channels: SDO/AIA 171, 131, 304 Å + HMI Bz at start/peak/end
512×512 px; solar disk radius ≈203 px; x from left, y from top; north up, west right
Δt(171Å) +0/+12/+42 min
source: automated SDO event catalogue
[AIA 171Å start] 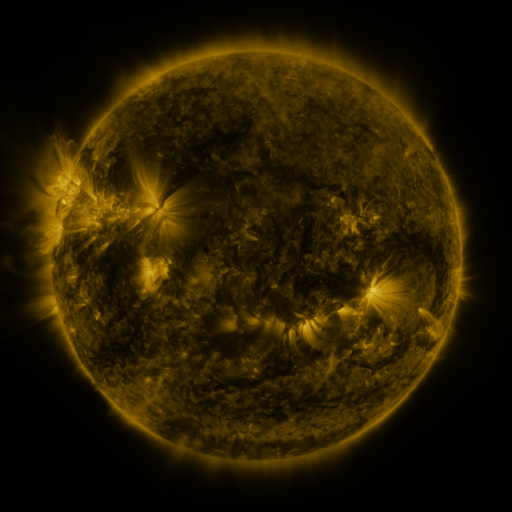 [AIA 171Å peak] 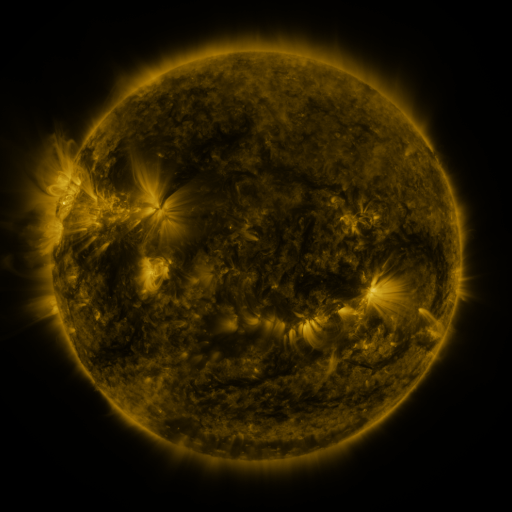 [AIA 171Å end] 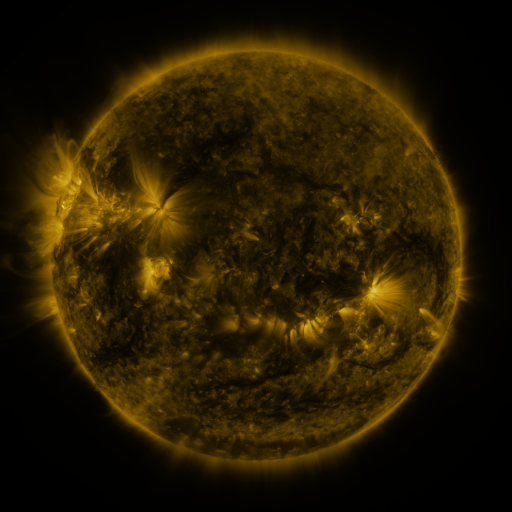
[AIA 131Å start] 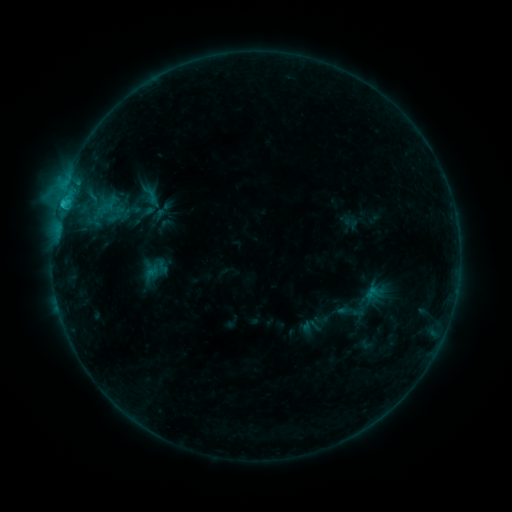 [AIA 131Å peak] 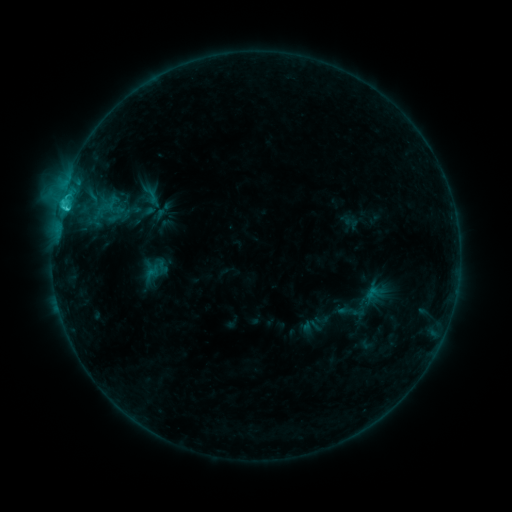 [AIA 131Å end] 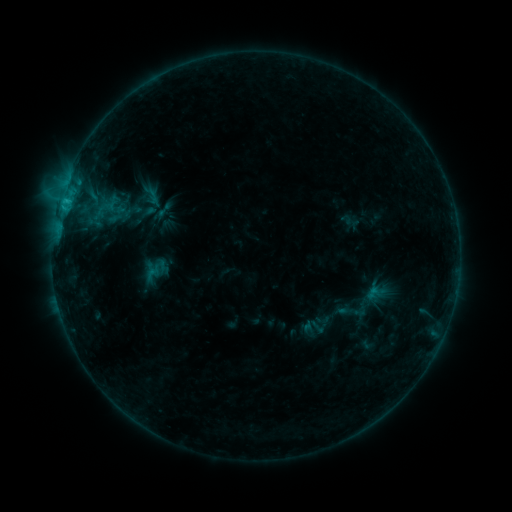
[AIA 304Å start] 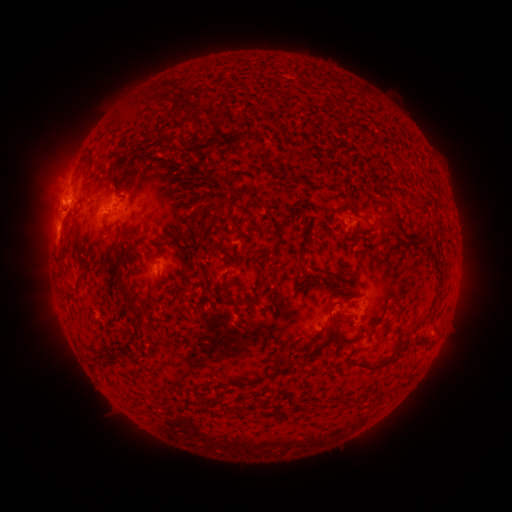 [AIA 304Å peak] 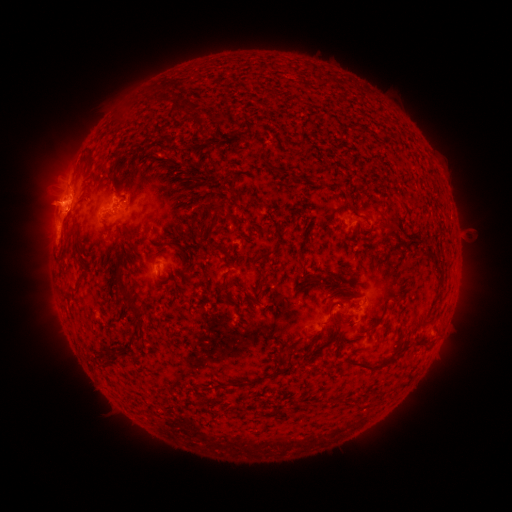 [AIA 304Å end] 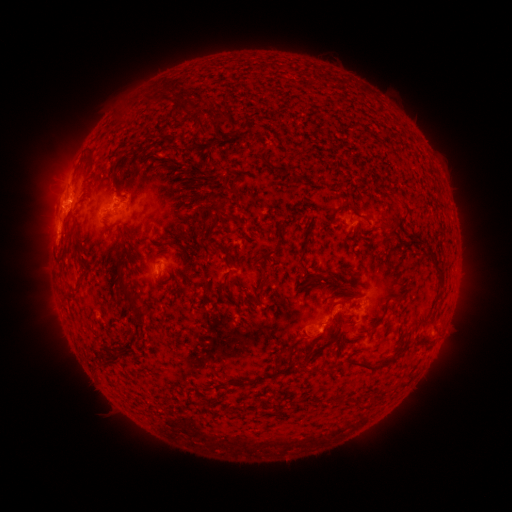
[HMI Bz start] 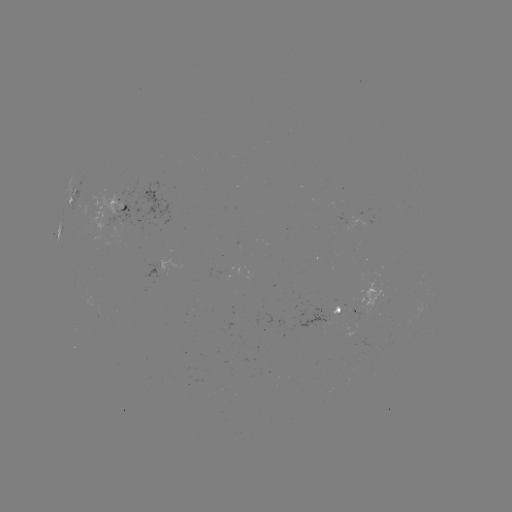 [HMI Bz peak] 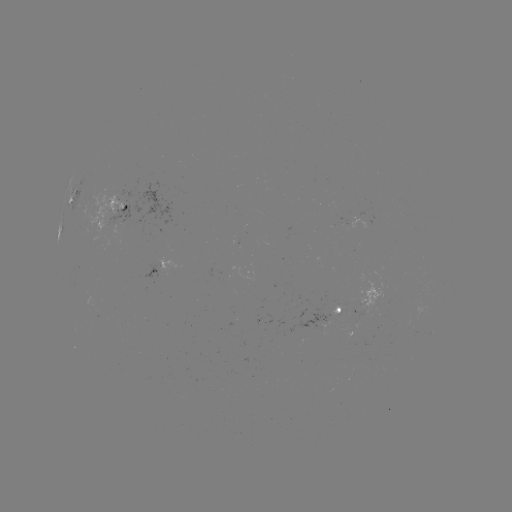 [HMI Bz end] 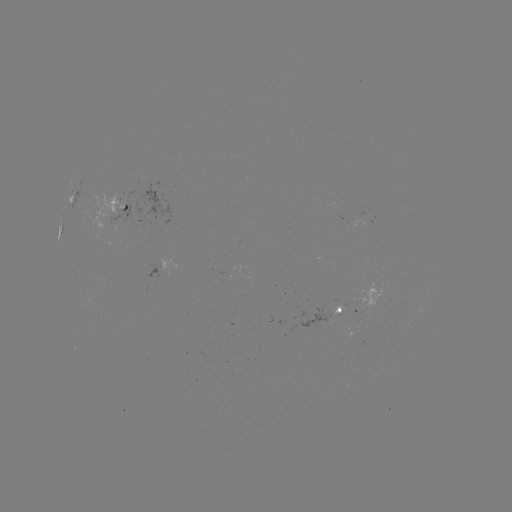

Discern C2.4 flare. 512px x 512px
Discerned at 67,209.